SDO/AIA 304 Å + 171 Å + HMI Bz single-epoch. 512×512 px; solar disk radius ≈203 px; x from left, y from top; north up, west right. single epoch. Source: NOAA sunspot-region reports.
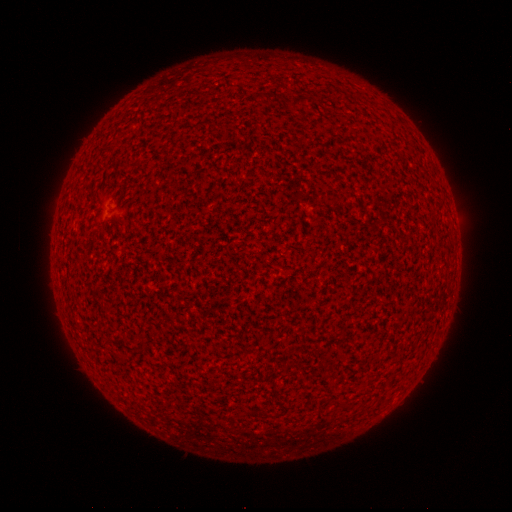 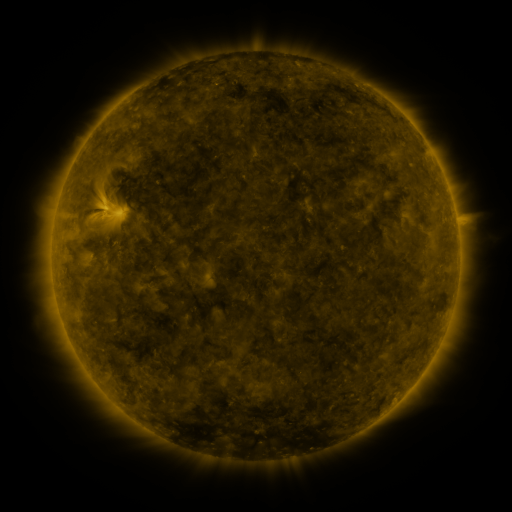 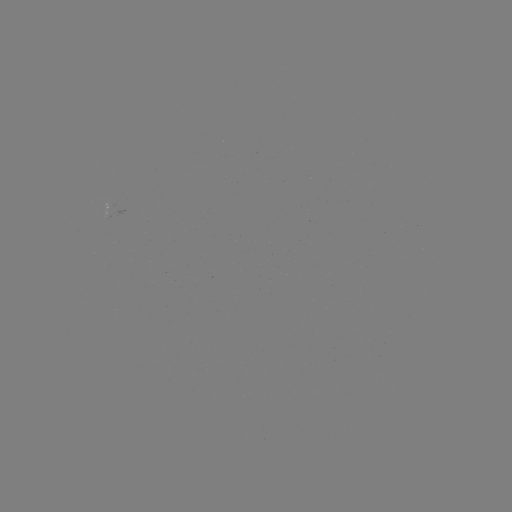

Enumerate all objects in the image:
(none)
